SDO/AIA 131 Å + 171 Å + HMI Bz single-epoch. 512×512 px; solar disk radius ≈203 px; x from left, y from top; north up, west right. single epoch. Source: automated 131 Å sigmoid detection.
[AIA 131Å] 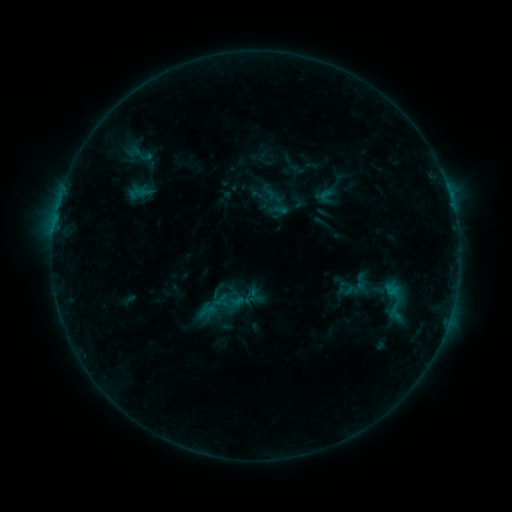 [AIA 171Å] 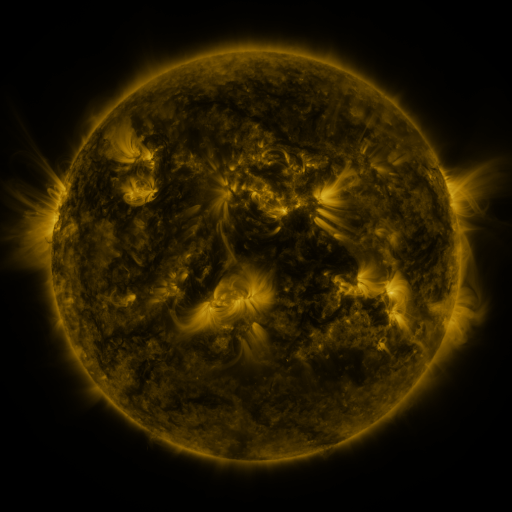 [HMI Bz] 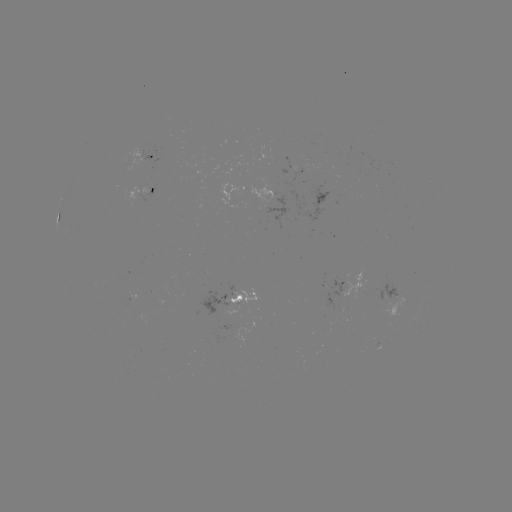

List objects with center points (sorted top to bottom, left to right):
sigmoid: <bbox>372, 275, 415, 326</bbox>
sigmoid: <bbox>195, 300, 218, 319</bbox>
